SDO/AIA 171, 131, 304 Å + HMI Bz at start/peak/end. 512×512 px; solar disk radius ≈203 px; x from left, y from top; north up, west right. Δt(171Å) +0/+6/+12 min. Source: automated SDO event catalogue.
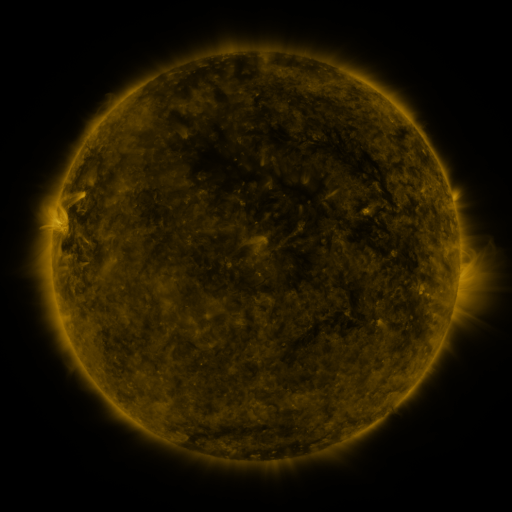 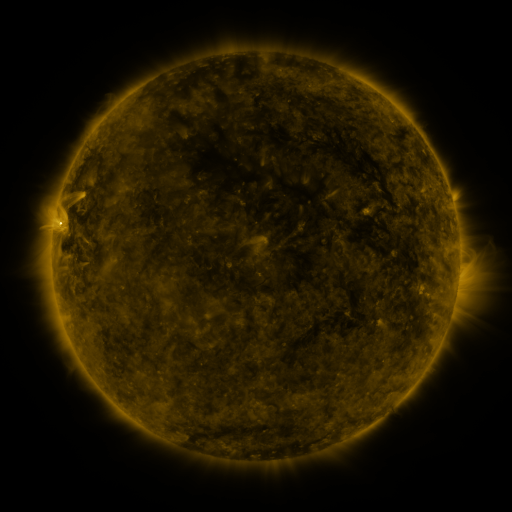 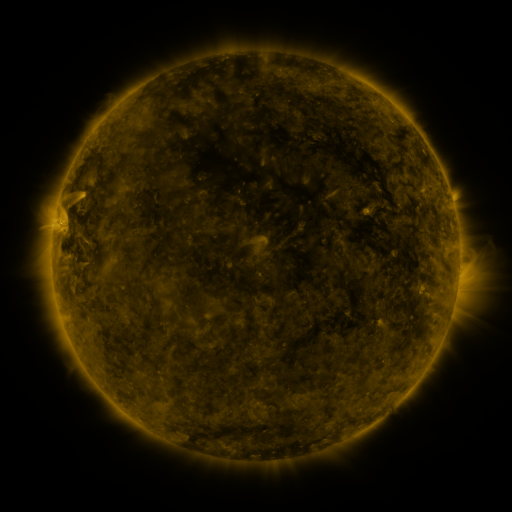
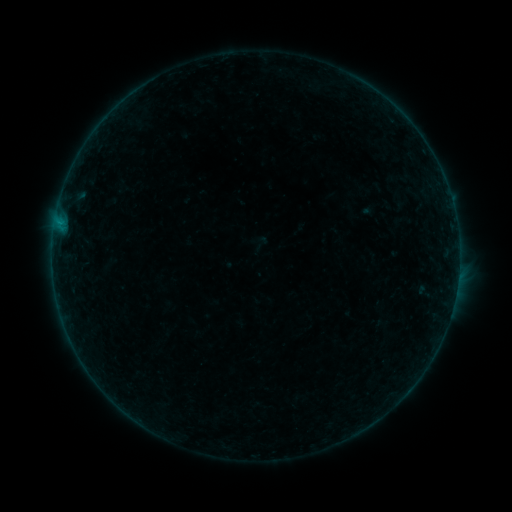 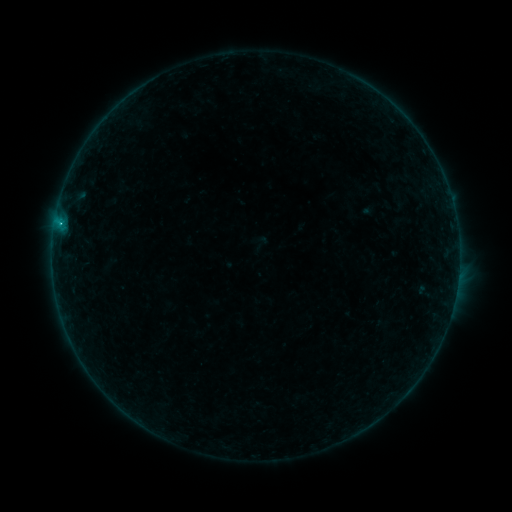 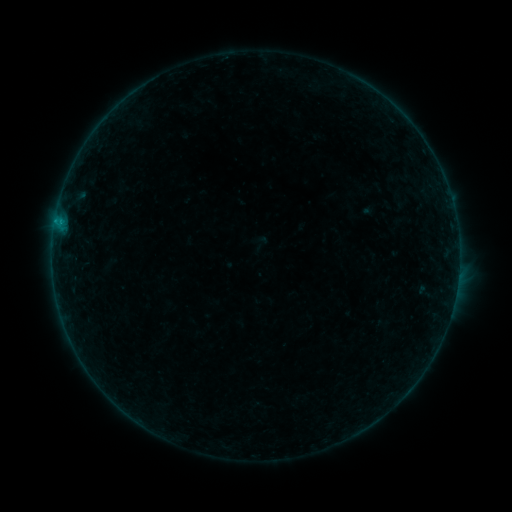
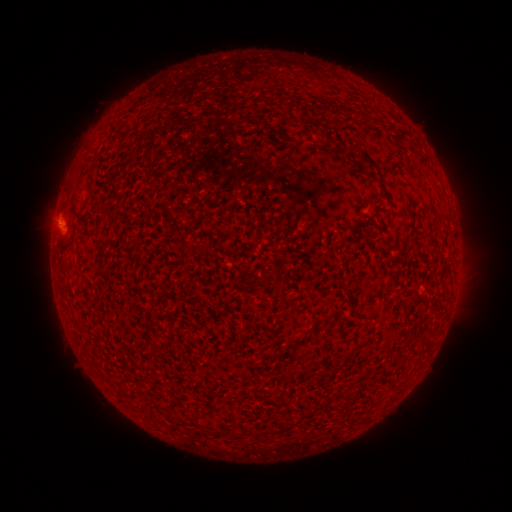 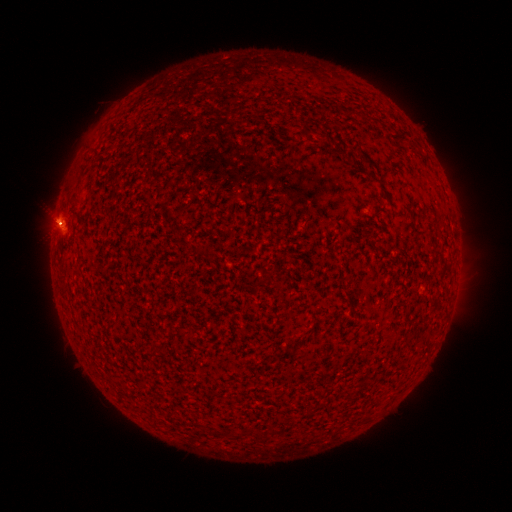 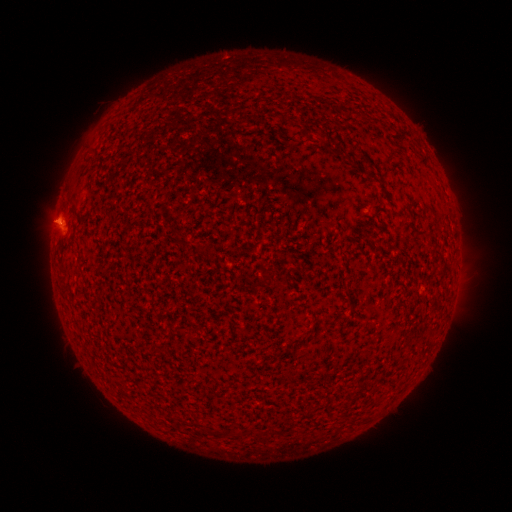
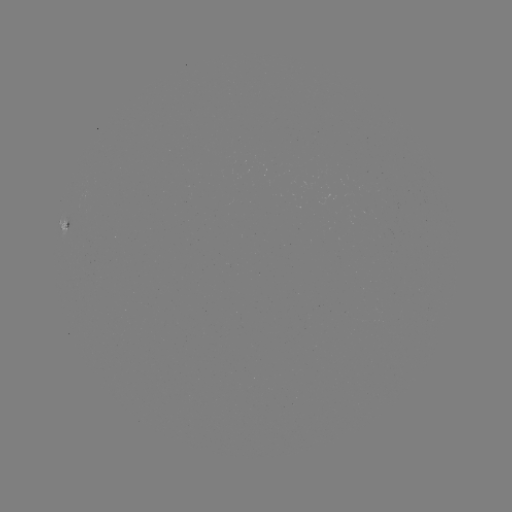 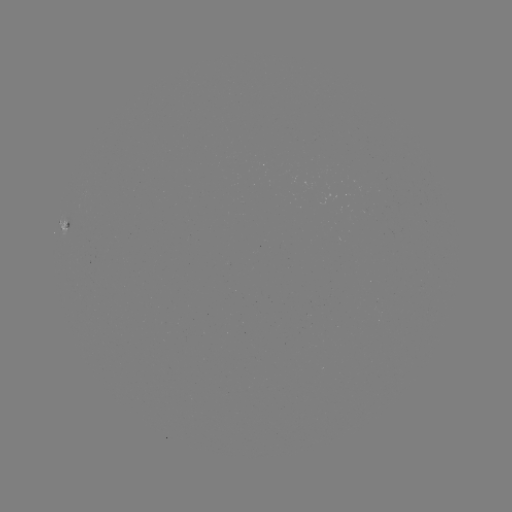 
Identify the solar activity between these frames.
B8.7 flare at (60, 222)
